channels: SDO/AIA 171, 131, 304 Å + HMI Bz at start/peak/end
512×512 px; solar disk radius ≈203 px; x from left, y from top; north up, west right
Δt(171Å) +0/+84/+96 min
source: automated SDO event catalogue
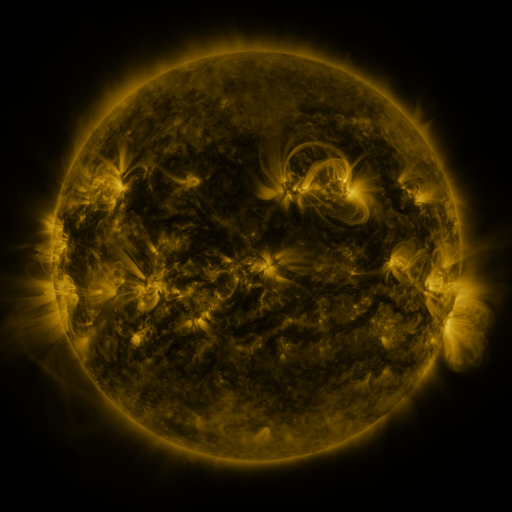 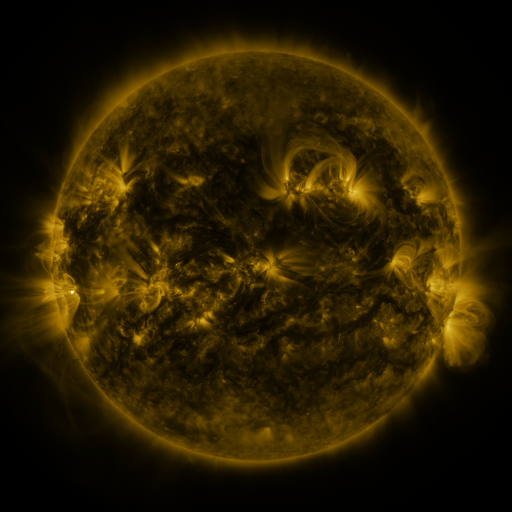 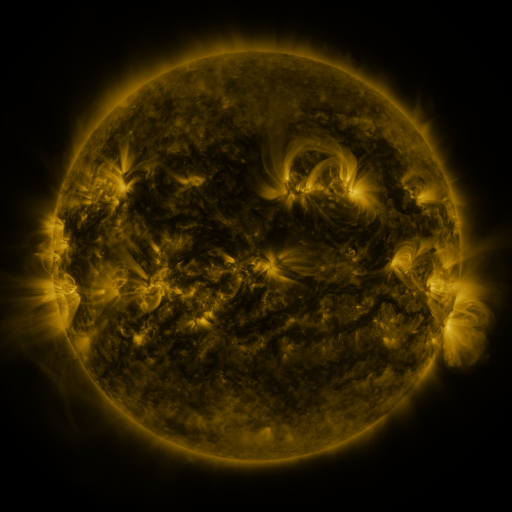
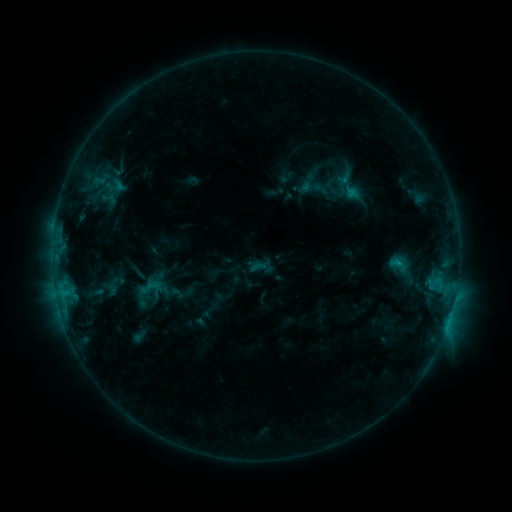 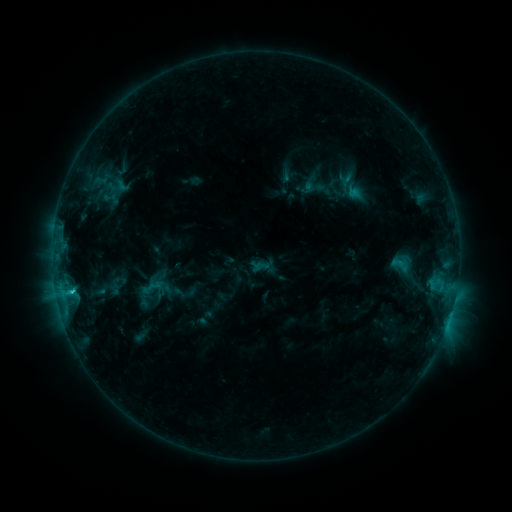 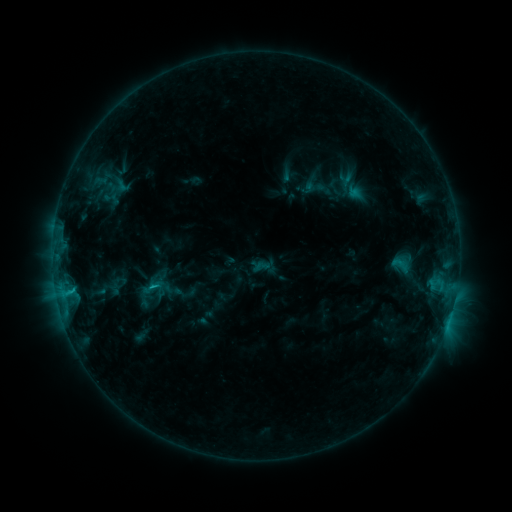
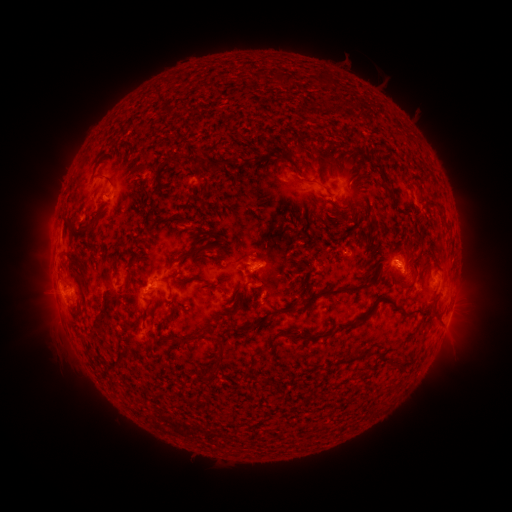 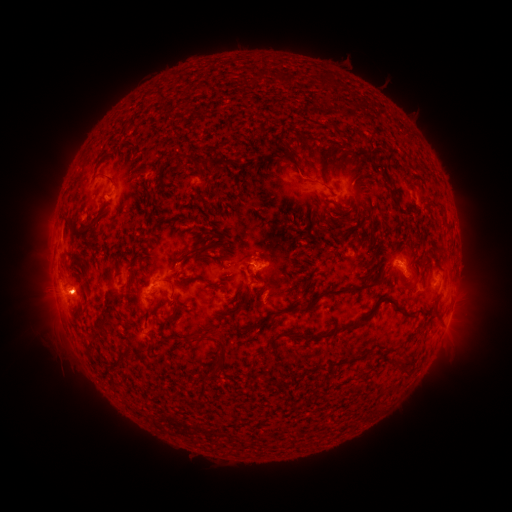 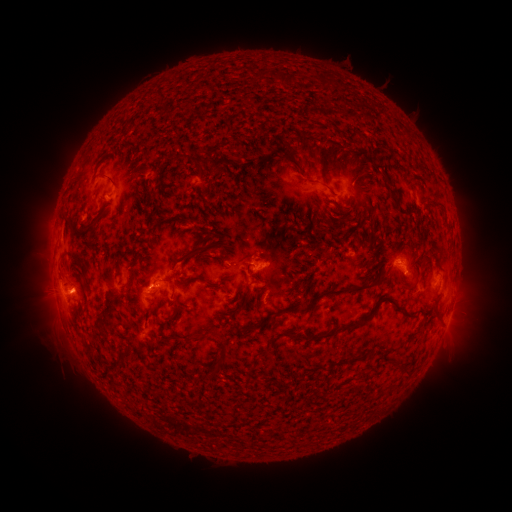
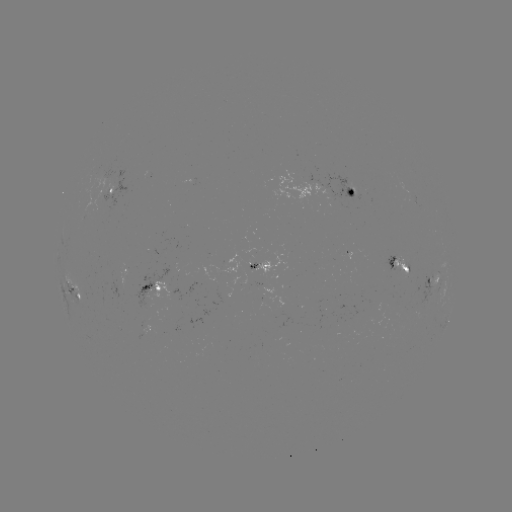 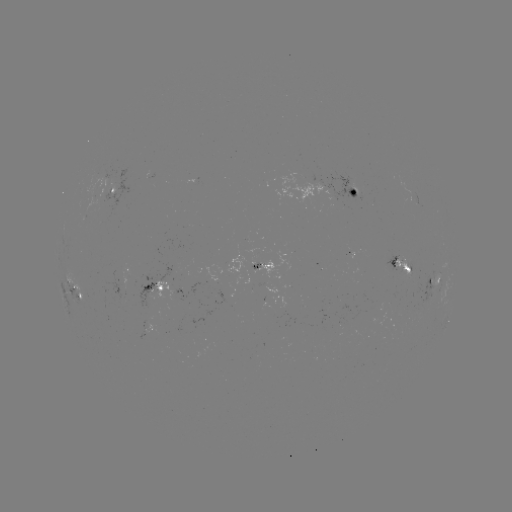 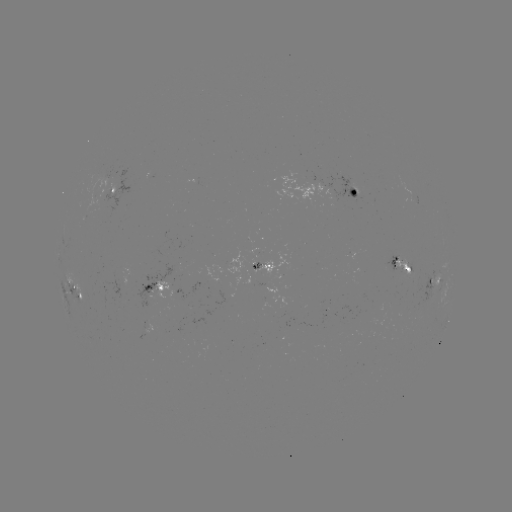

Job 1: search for emerging-flux region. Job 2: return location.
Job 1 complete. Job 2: [412, 198].